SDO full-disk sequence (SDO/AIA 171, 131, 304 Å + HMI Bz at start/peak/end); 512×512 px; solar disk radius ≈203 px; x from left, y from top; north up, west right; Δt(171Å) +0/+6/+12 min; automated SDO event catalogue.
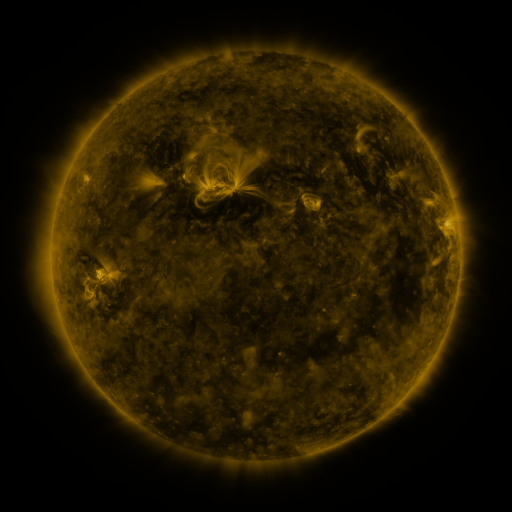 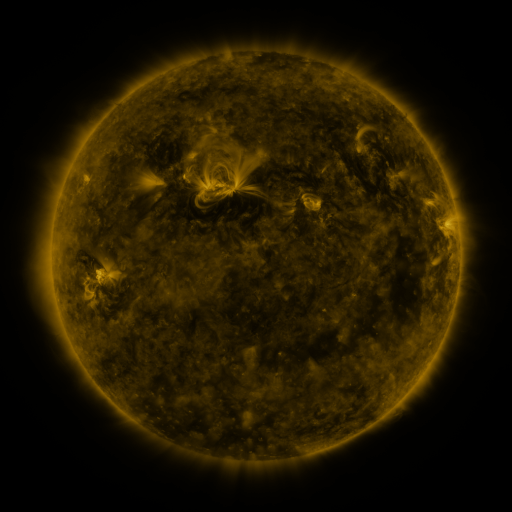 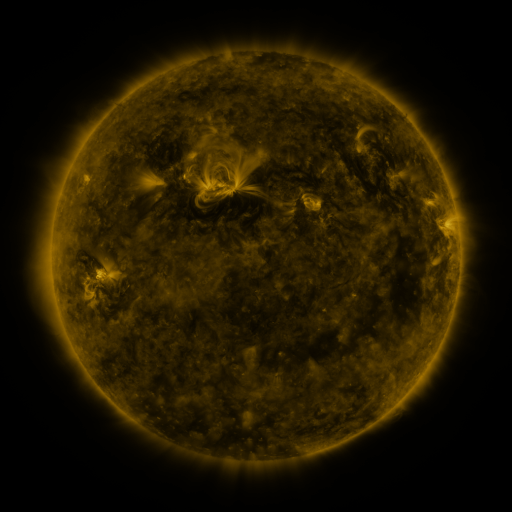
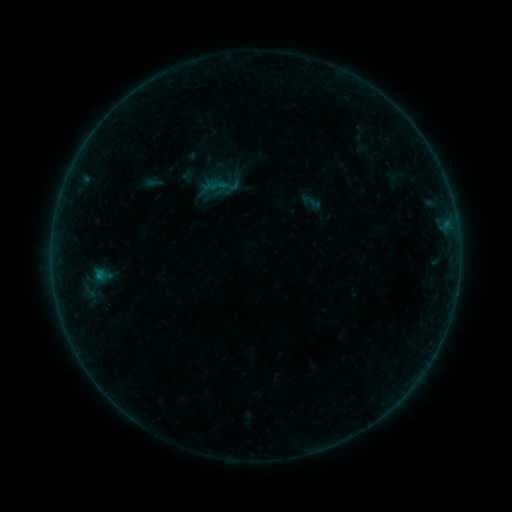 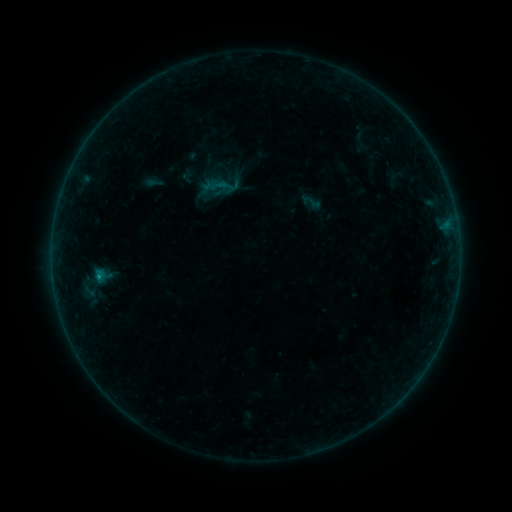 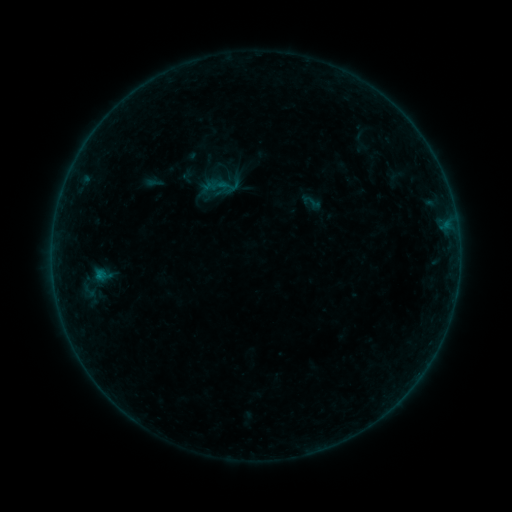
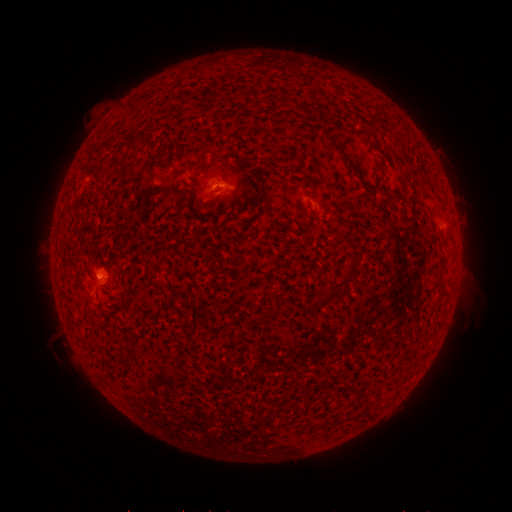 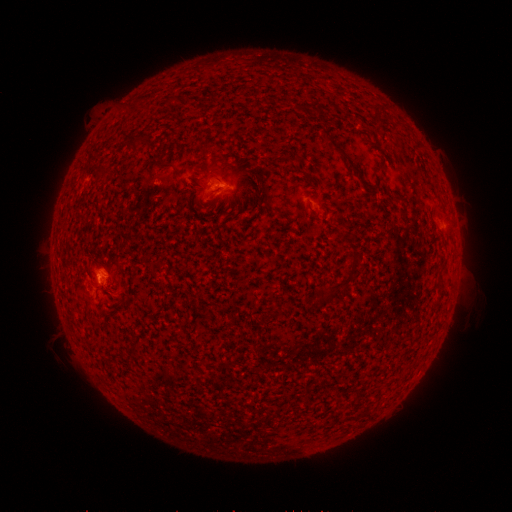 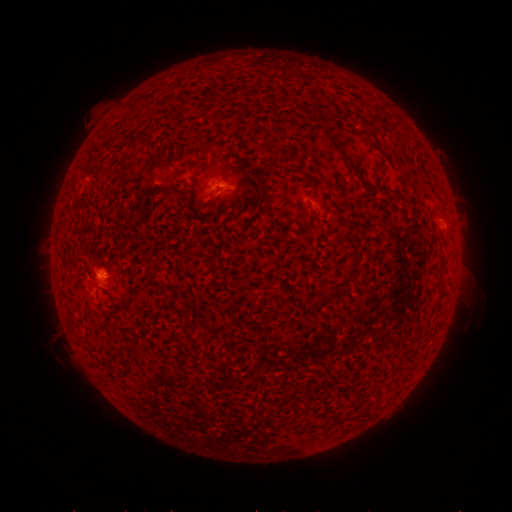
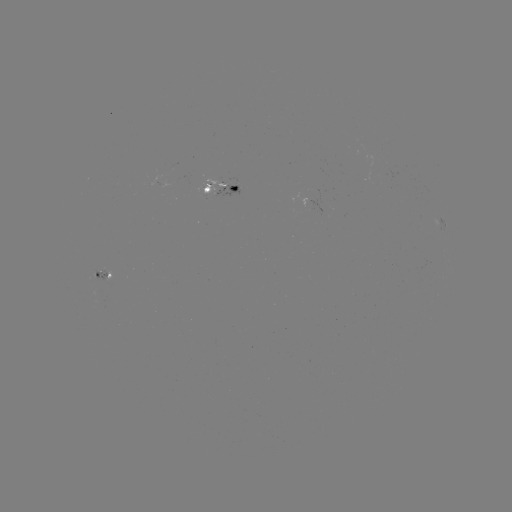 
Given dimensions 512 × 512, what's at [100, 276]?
B2.8 flare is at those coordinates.